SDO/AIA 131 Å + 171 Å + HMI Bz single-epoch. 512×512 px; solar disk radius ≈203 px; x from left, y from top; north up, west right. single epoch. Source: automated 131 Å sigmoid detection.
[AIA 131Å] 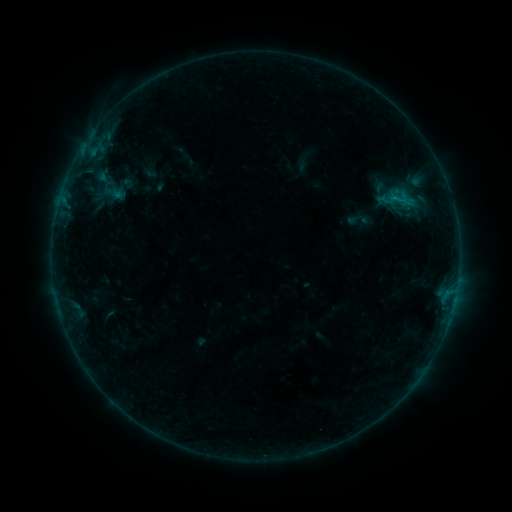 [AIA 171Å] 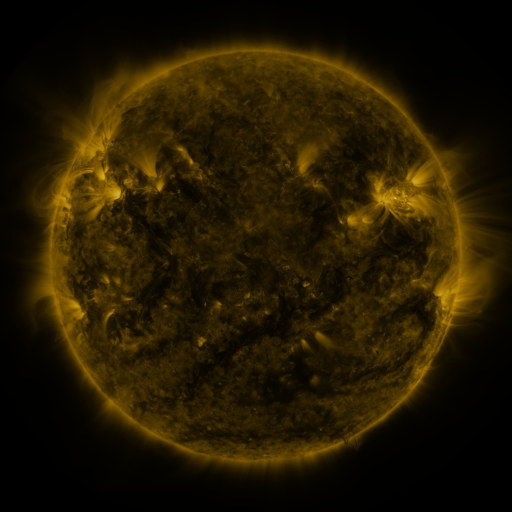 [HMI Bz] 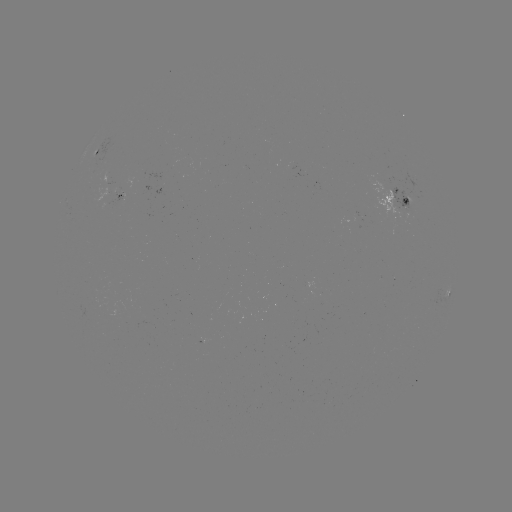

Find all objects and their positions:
sigmoid: (122, 189)
